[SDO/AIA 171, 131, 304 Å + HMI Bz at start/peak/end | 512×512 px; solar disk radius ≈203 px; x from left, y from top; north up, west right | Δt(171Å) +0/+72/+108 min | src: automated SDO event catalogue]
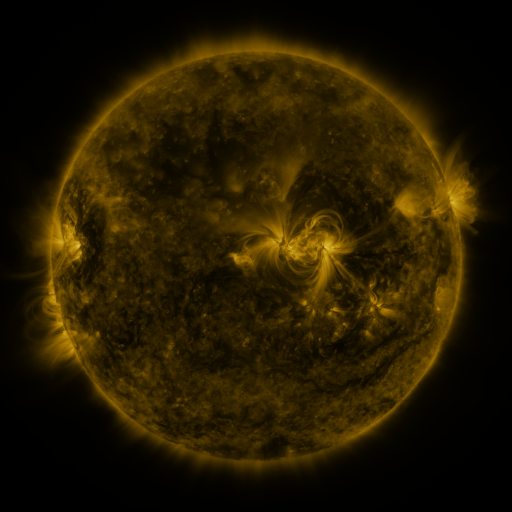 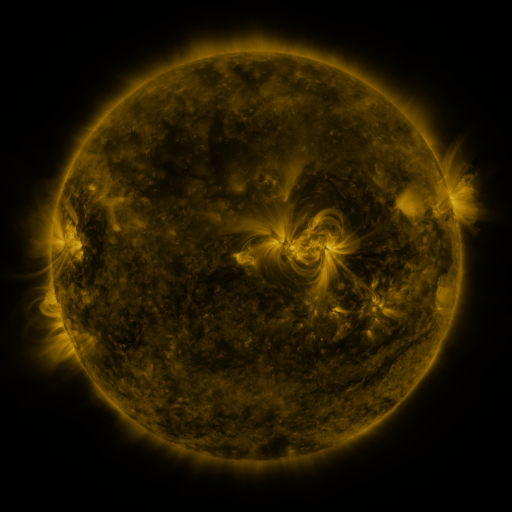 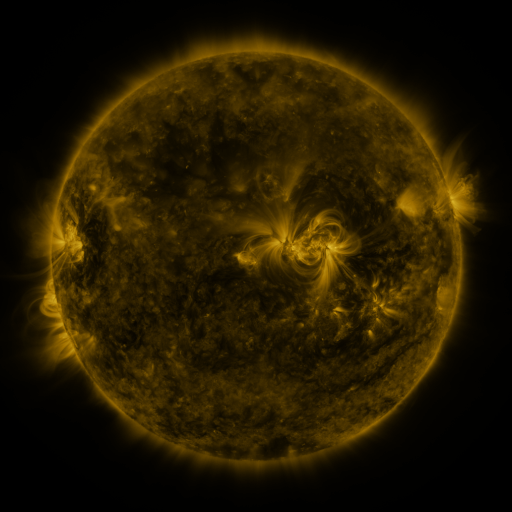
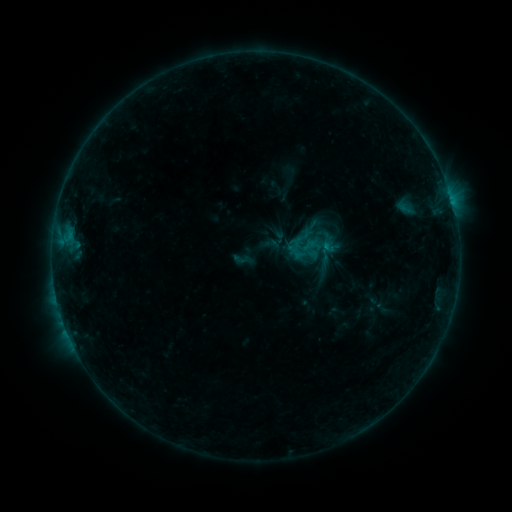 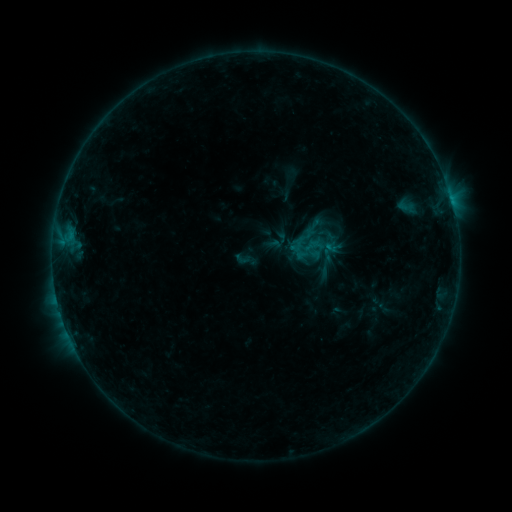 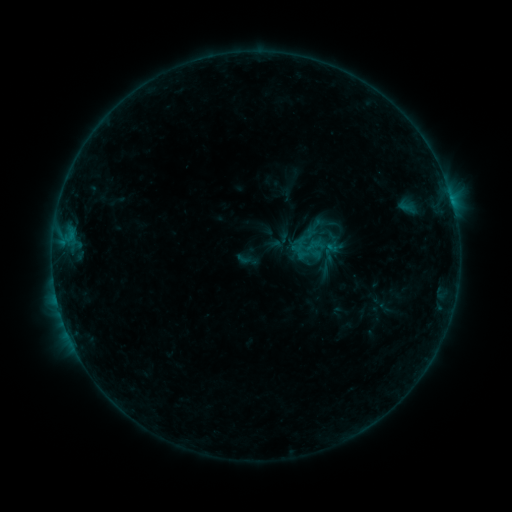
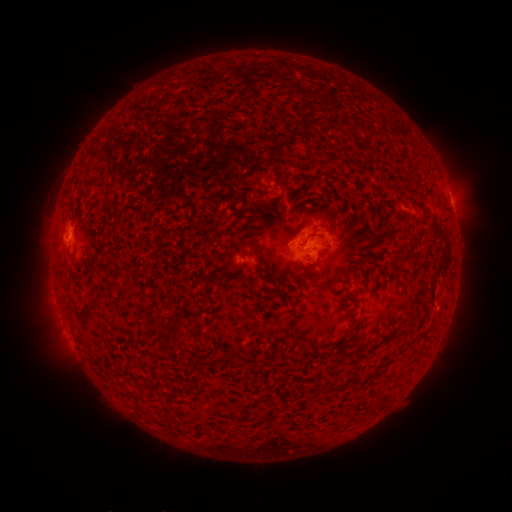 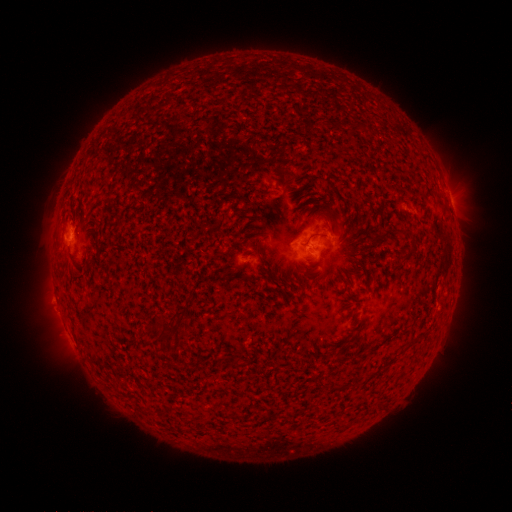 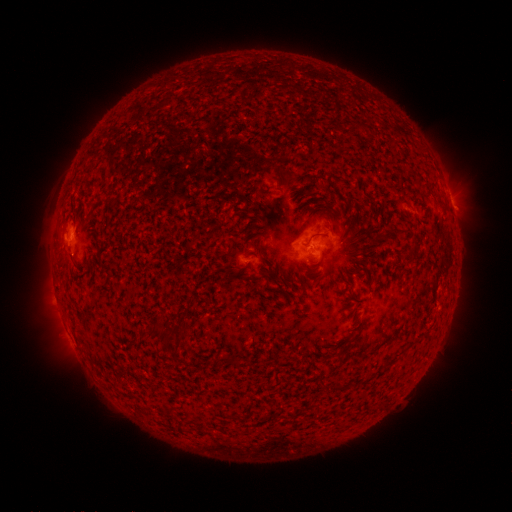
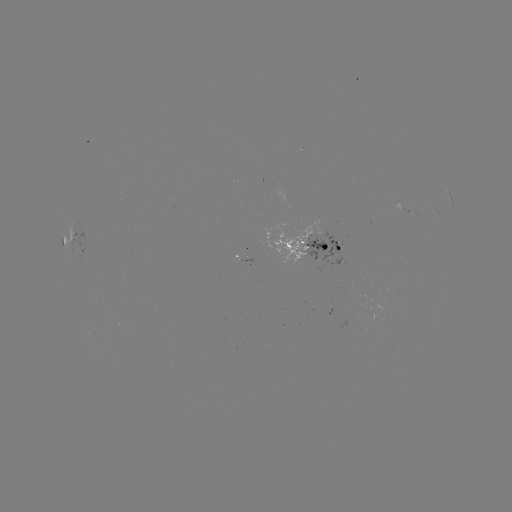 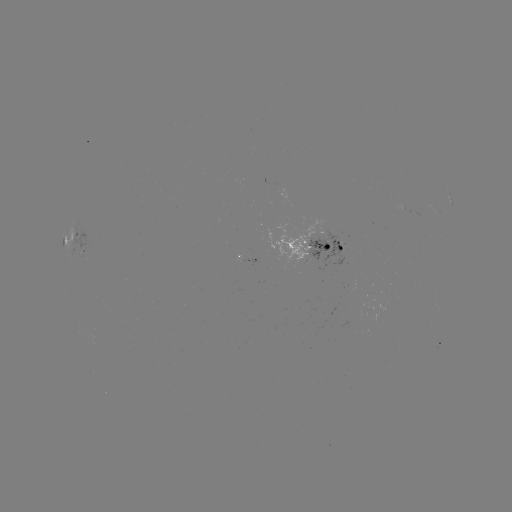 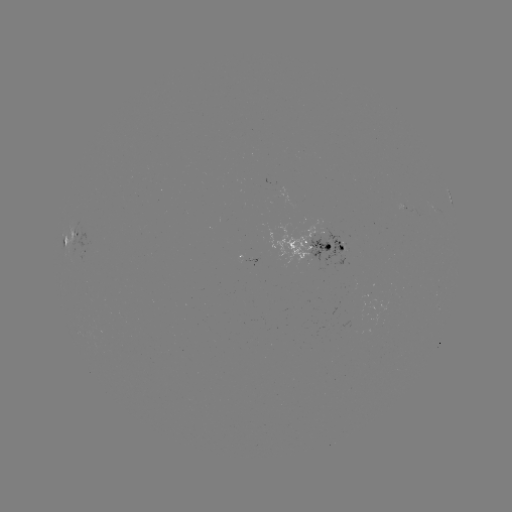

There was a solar emerging-flux region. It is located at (83, 254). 